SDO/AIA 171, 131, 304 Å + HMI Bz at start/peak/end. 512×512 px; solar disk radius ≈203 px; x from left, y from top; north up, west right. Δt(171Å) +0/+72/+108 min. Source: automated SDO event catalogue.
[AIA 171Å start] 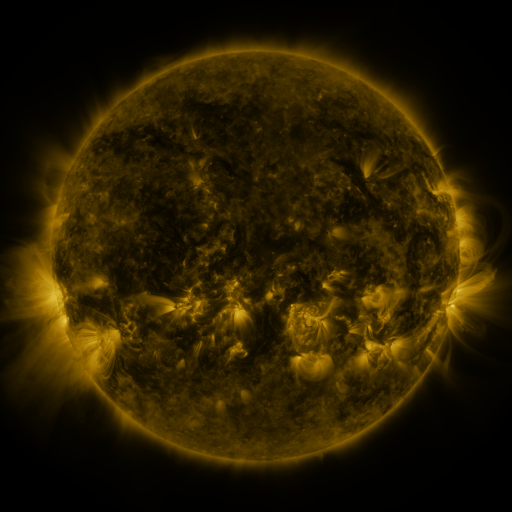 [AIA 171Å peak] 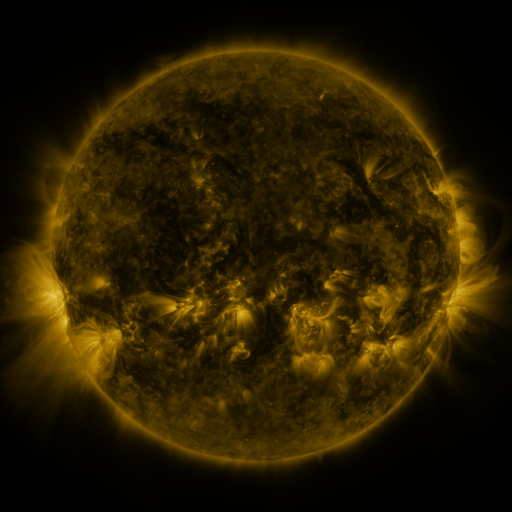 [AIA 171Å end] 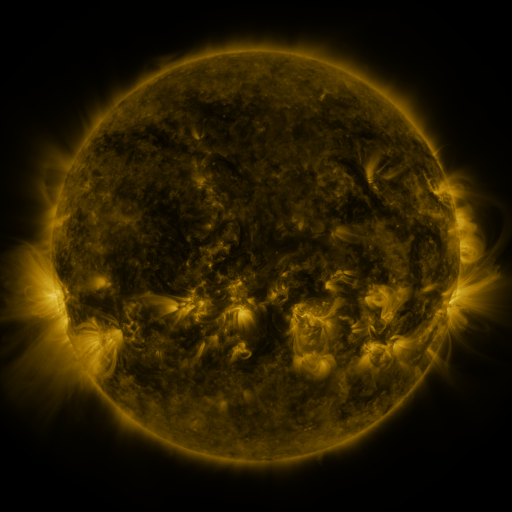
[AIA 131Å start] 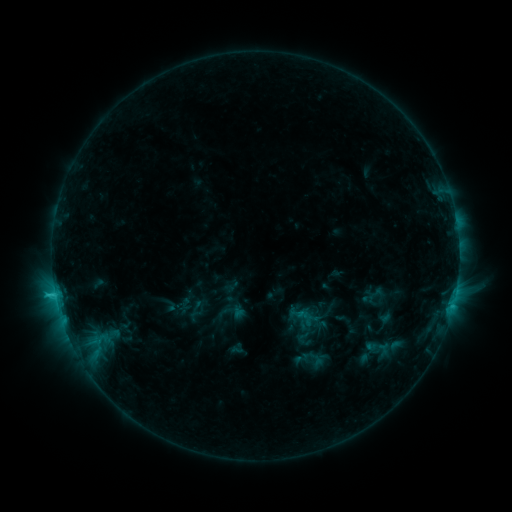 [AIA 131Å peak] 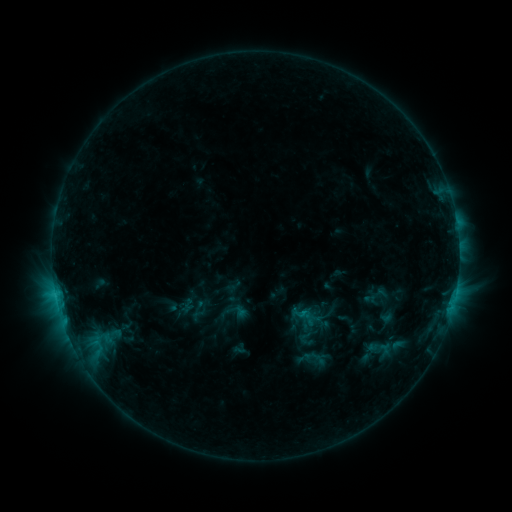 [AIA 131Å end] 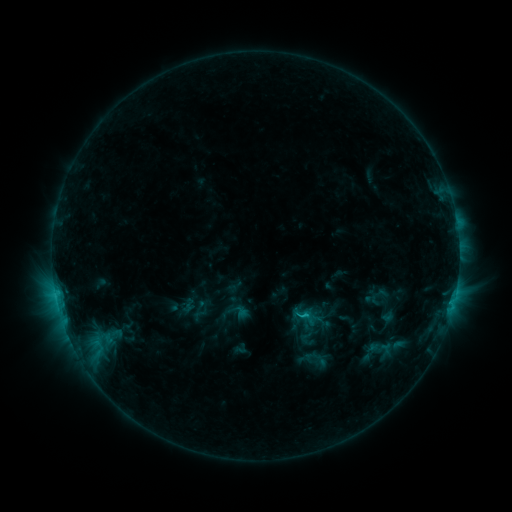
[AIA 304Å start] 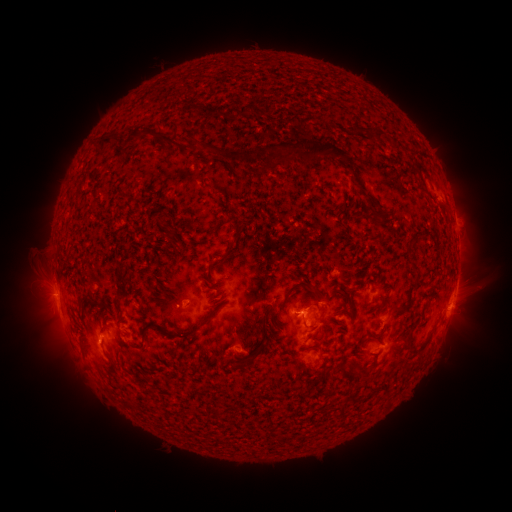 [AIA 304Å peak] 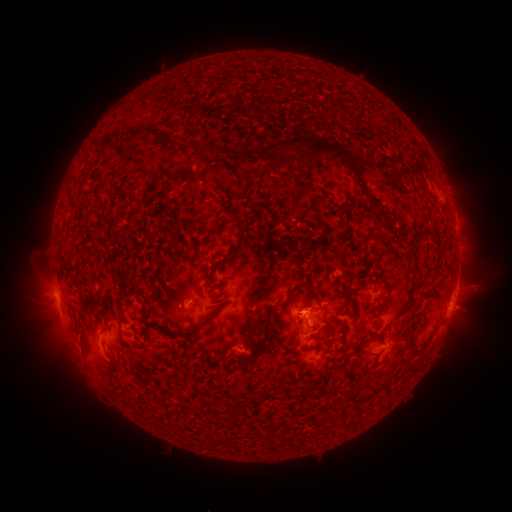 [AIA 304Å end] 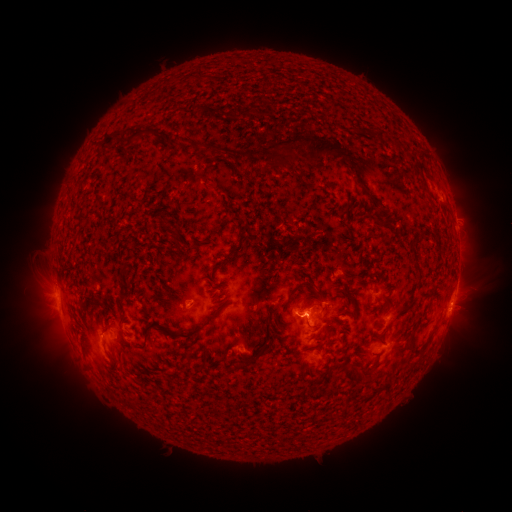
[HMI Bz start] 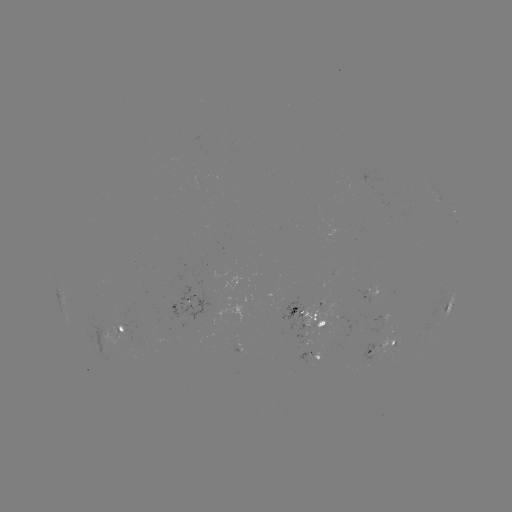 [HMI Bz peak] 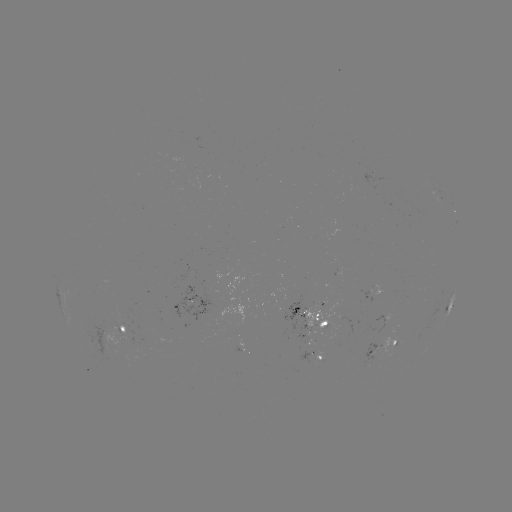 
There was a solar emerging-flux region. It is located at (106, 343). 